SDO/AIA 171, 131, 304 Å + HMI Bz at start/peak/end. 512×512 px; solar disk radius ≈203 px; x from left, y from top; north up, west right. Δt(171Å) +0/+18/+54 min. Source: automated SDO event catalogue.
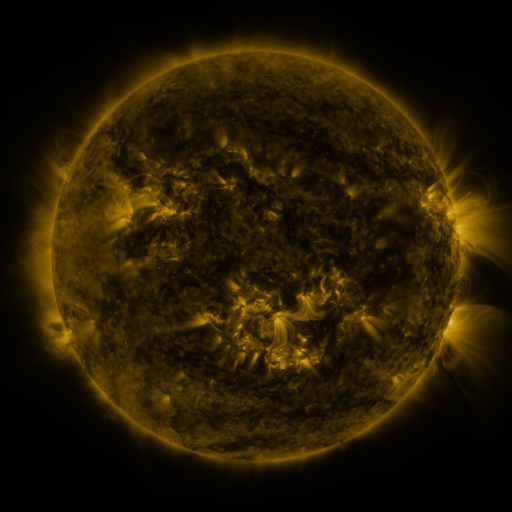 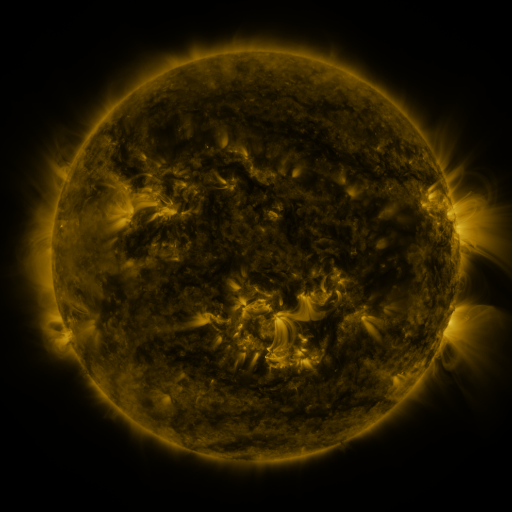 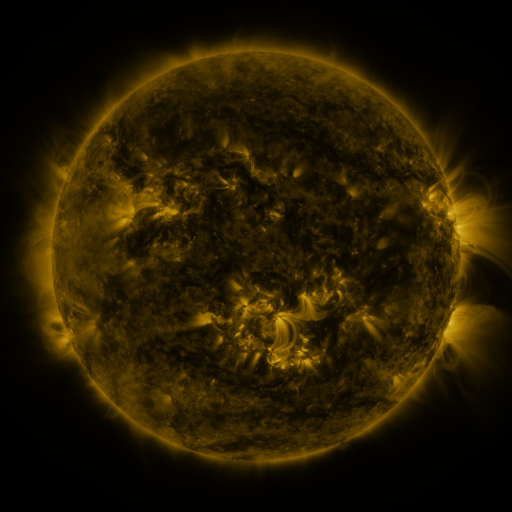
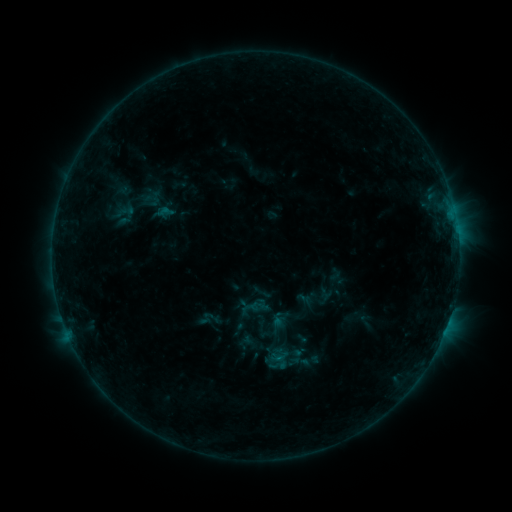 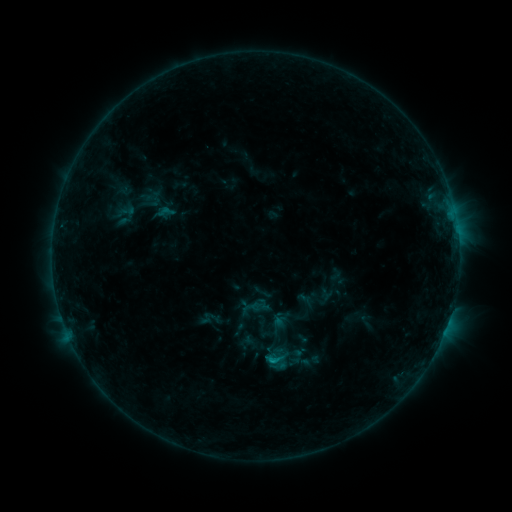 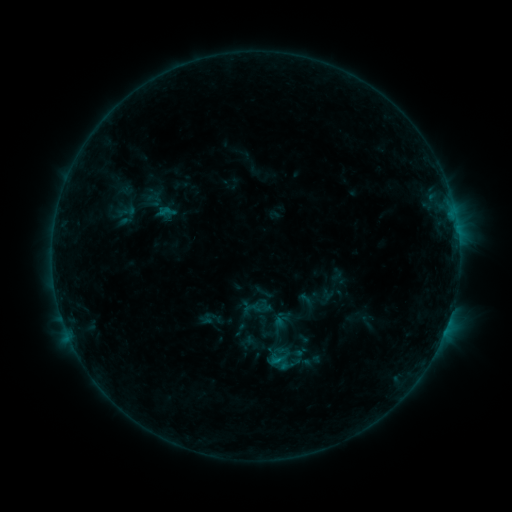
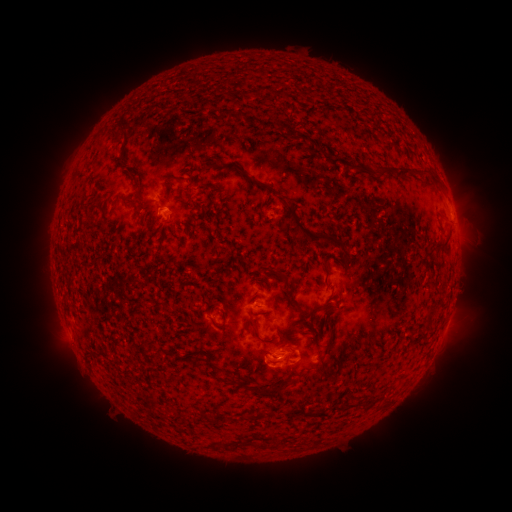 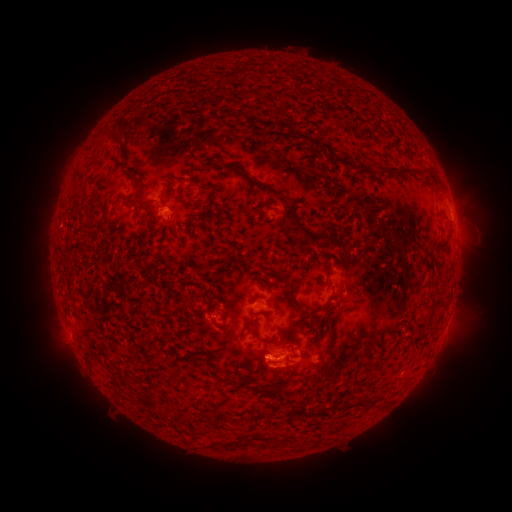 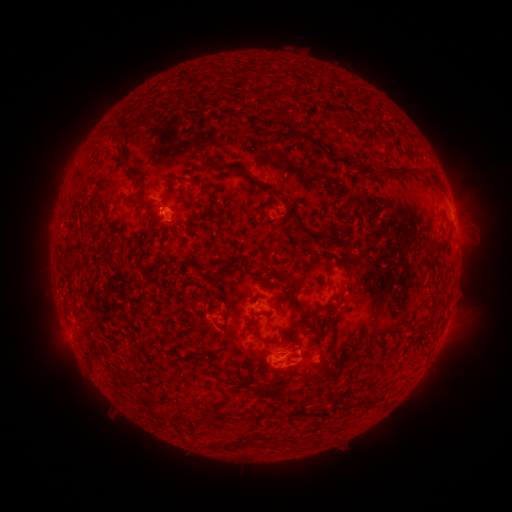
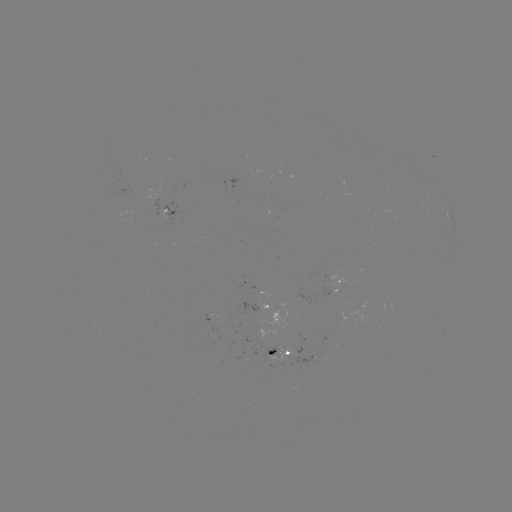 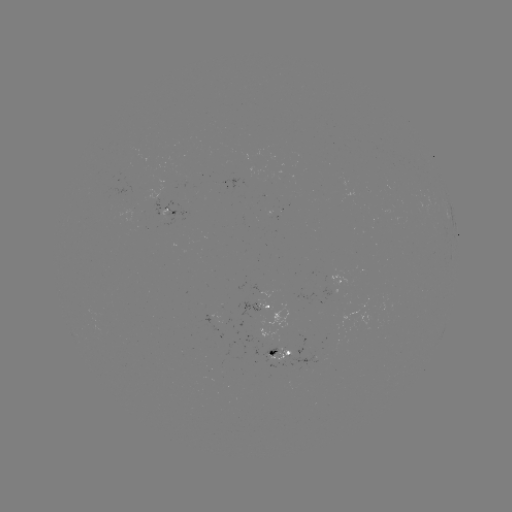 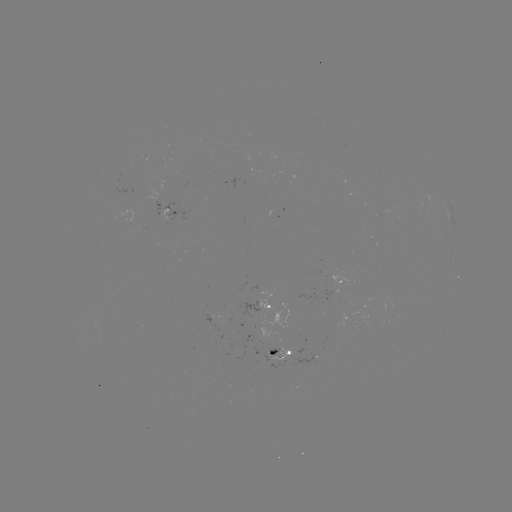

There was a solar flare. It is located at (271, 359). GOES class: B7.2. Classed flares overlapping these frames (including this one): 1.